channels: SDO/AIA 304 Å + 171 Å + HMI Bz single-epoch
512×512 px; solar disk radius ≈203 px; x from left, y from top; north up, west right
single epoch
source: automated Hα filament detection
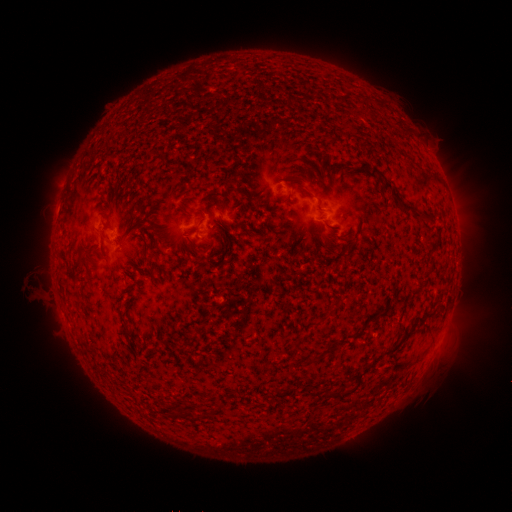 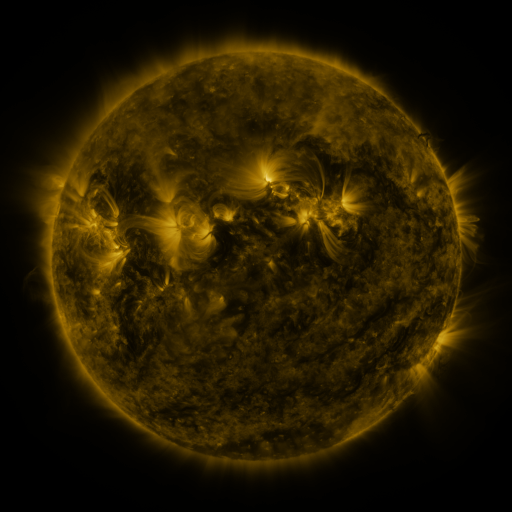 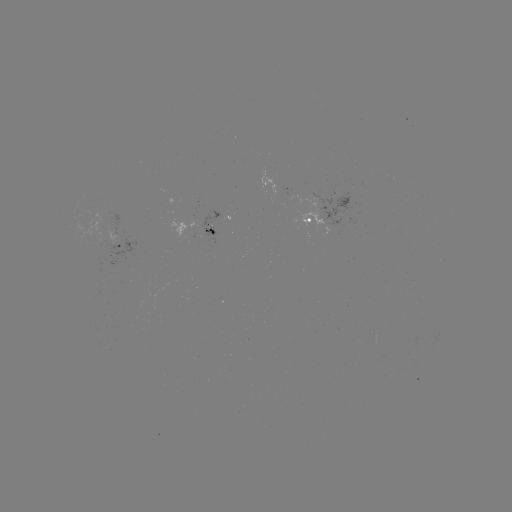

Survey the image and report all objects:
filament: <bbox>358, 161, 368, 172</bbox>
filament: <bbox>370, 169, 383, 179</bbox>
filament: <bbox>382, 182, 418, 215</bbox>
filament: <bbox>297, 186, 313, 199</bbox>
filament: <bbox>192, 212, 203, 219</bbox>
filament: <bbox>422, 213, 434, 222</bbox>
filament: <bbox>99, 215, 110, 228</bbox>
filament: <bbox>207, 227, 216, 236</bbox>
filament: <bbox>413, 312, 434, 325</bbox>
filament: <bbox>386, 332, 411, 357</bbox>
